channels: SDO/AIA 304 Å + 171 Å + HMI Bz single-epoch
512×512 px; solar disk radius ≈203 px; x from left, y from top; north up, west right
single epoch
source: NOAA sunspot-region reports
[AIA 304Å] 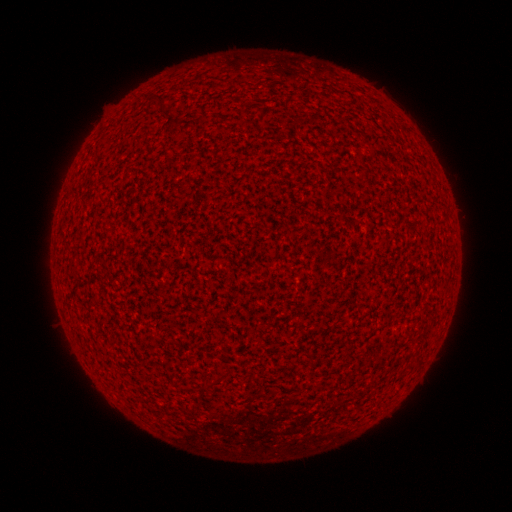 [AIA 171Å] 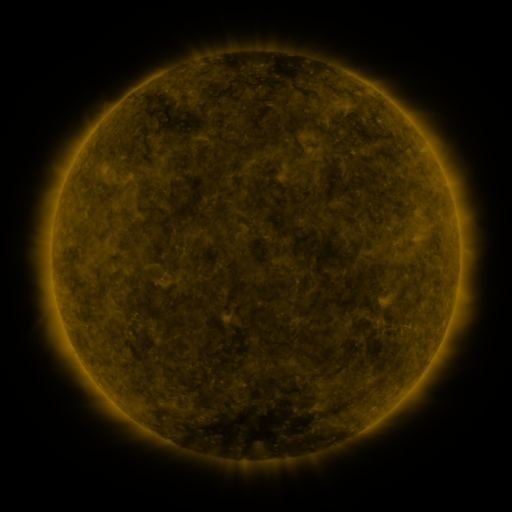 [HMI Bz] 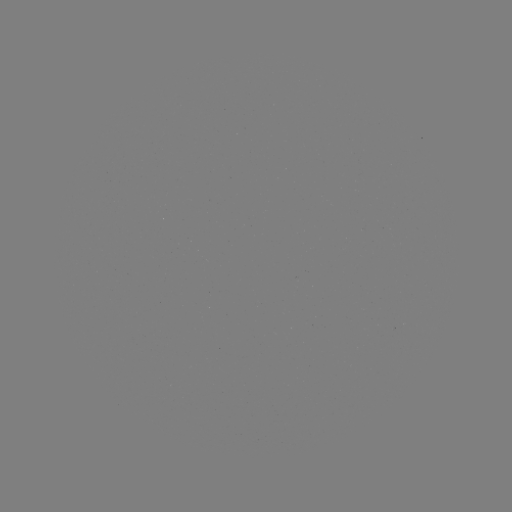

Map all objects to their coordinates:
(none)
